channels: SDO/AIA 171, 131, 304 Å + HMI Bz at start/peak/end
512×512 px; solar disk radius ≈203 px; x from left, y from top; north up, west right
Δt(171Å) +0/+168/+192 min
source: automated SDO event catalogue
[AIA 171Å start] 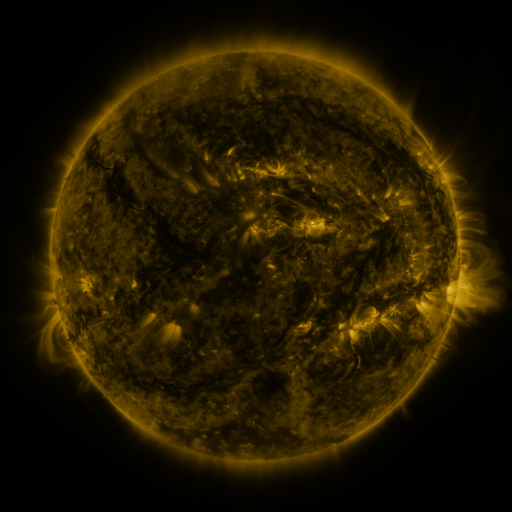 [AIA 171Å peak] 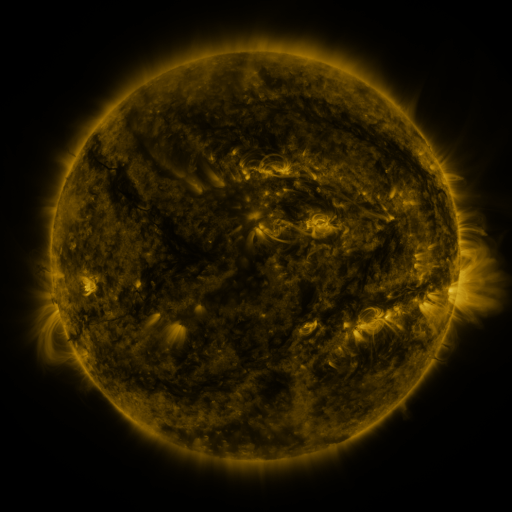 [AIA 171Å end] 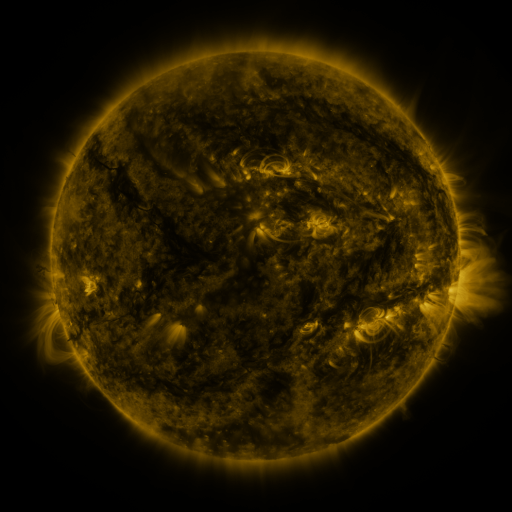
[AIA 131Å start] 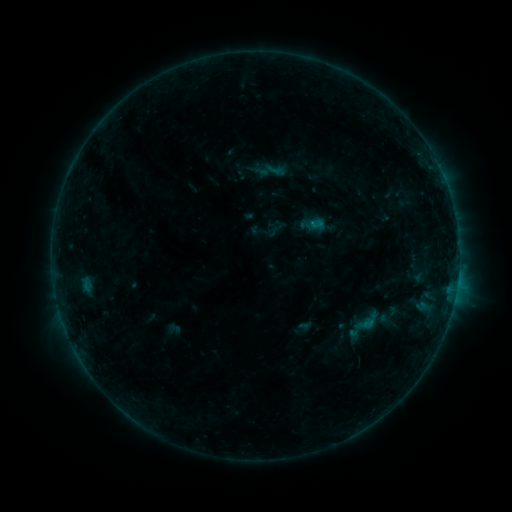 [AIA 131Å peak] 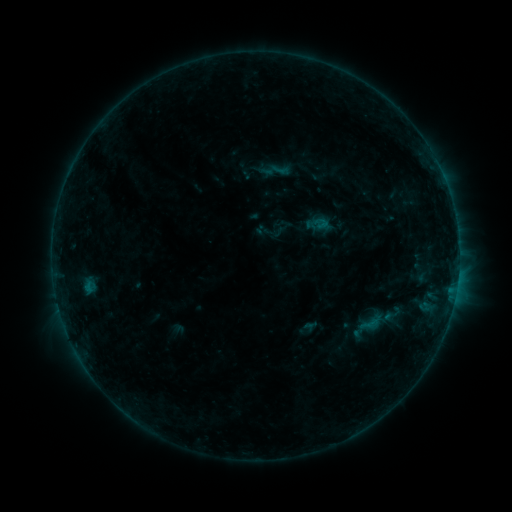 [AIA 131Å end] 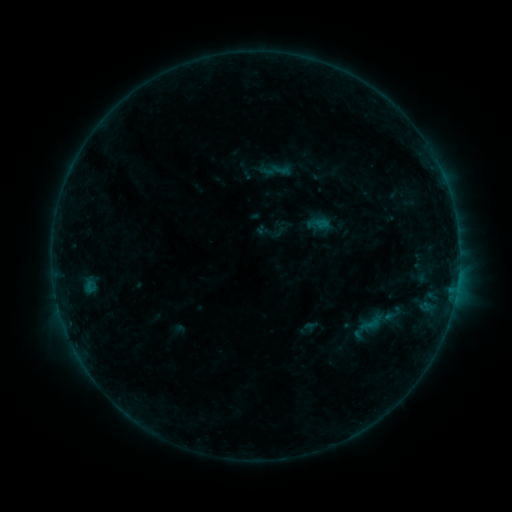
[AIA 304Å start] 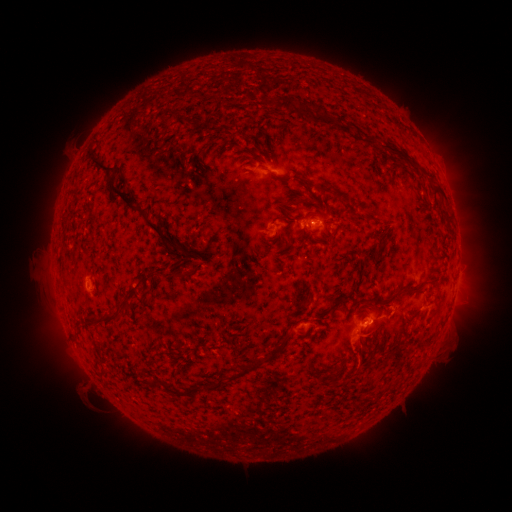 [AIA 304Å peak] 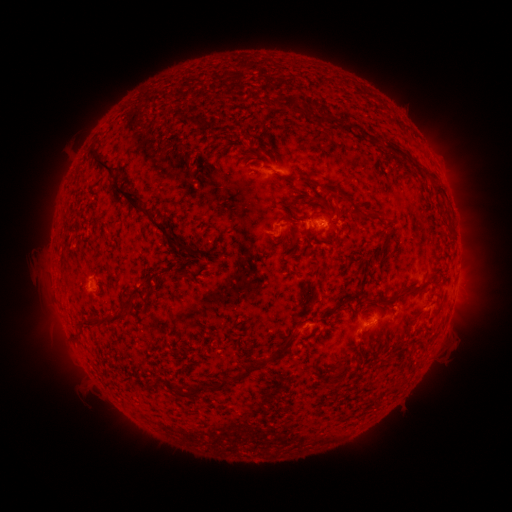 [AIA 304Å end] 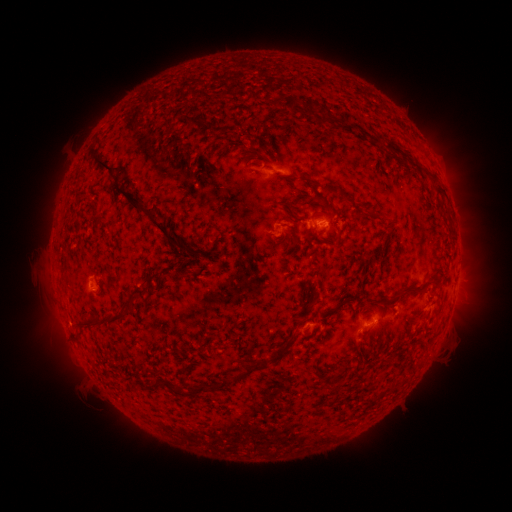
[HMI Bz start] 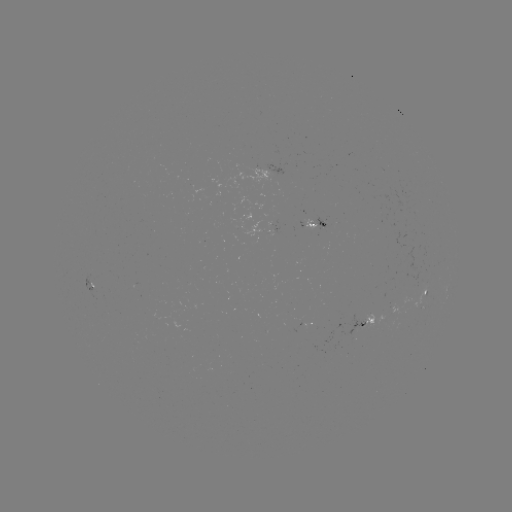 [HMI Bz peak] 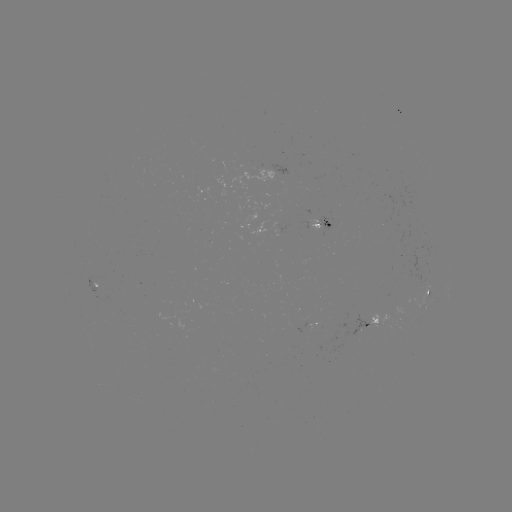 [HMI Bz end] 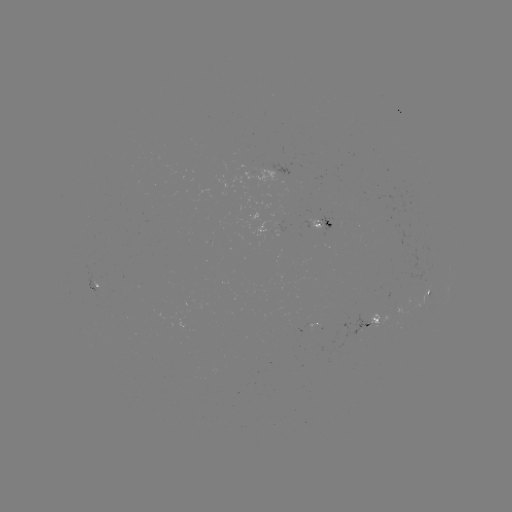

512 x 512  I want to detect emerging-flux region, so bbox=[341, 314, 369, 337].